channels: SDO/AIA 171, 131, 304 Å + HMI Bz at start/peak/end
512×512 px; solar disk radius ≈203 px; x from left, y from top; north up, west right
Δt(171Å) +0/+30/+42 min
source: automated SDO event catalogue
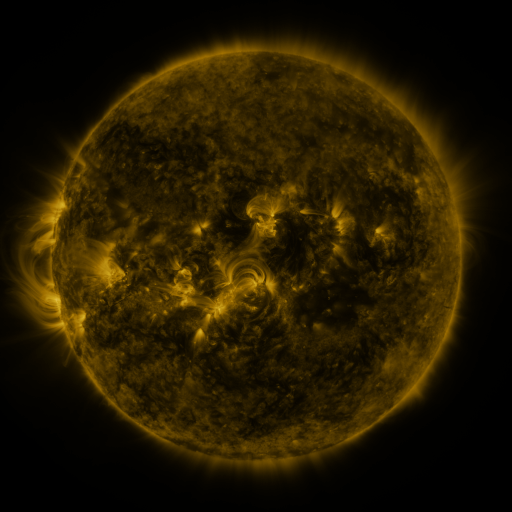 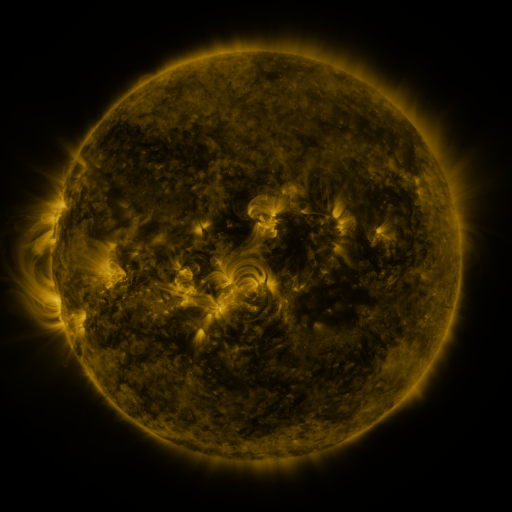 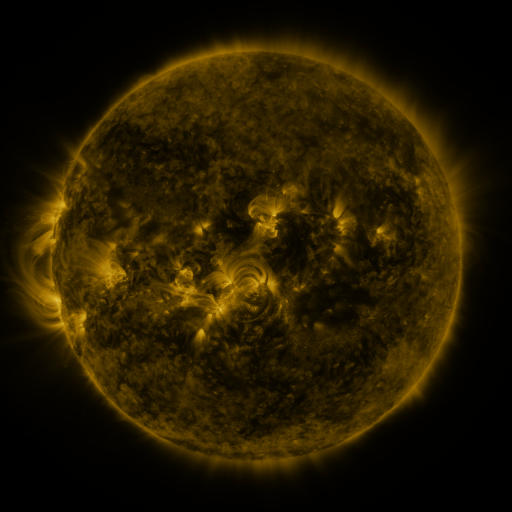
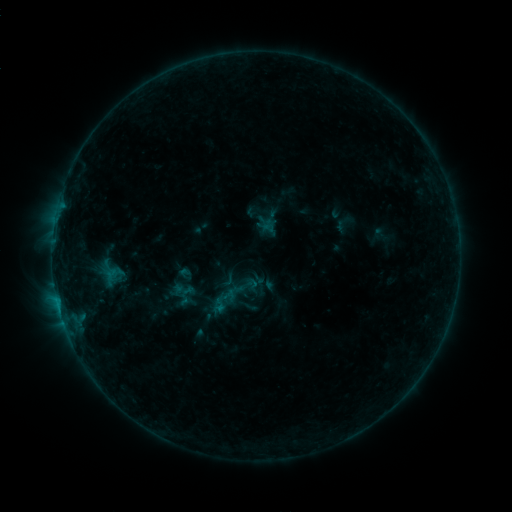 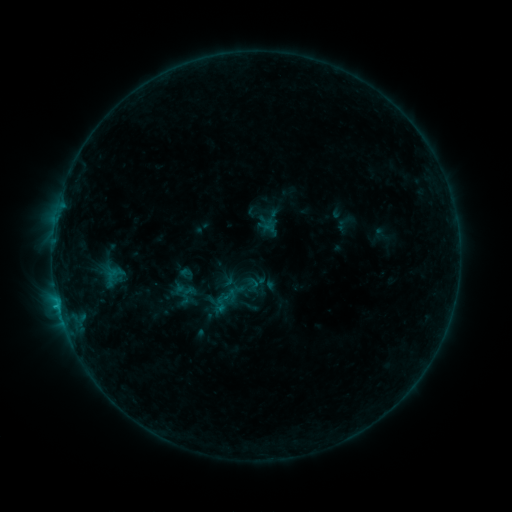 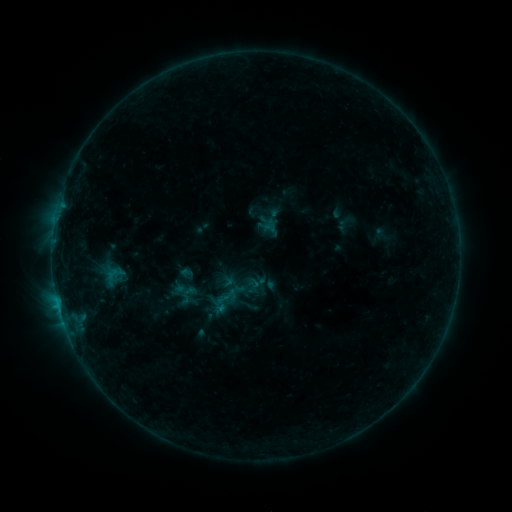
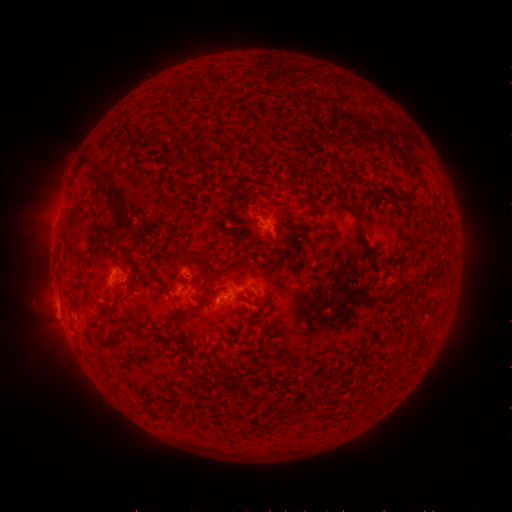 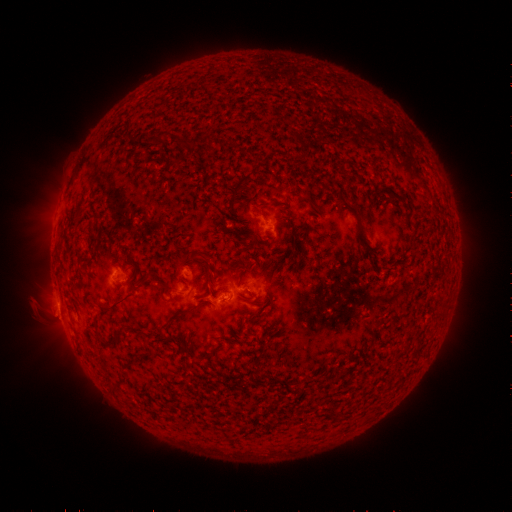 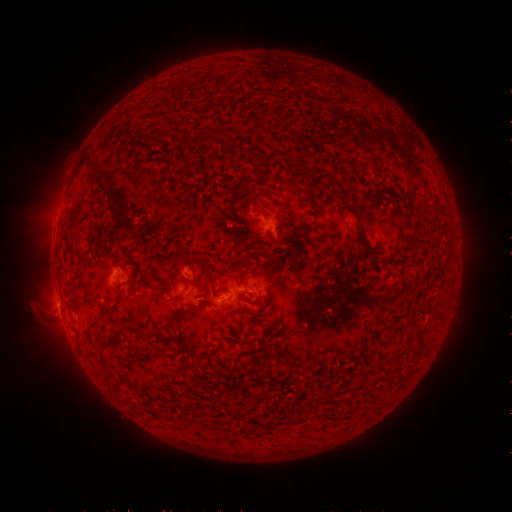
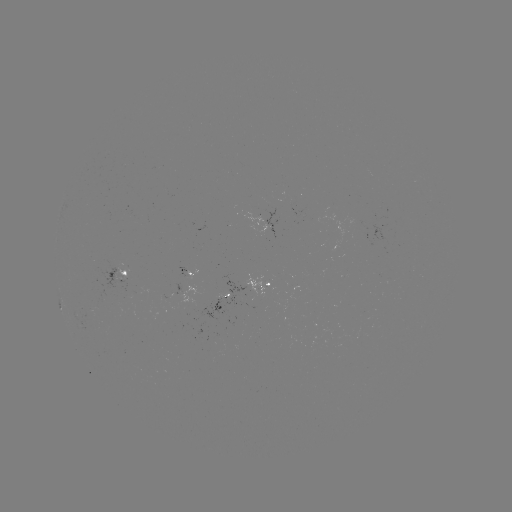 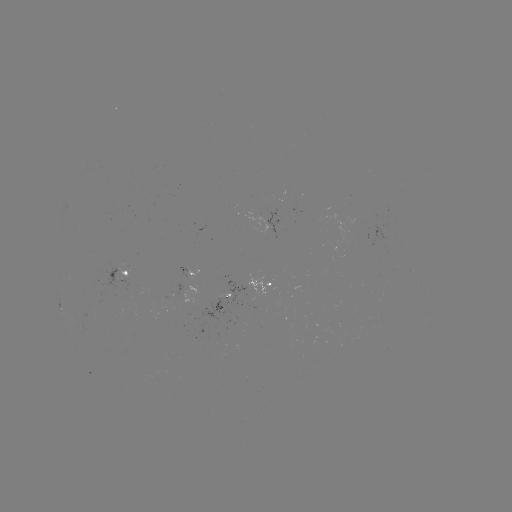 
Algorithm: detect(B5.4 flare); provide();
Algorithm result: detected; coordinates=(60, 305)